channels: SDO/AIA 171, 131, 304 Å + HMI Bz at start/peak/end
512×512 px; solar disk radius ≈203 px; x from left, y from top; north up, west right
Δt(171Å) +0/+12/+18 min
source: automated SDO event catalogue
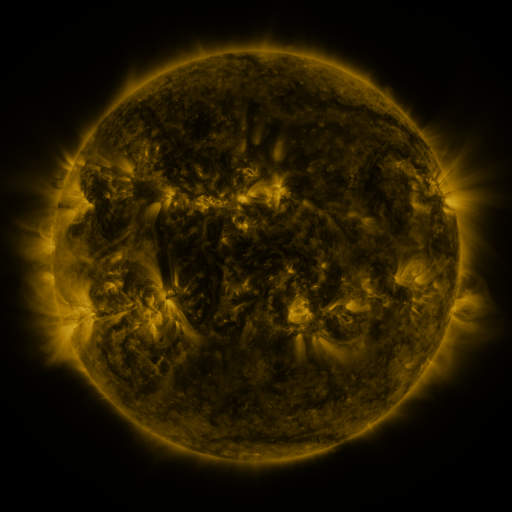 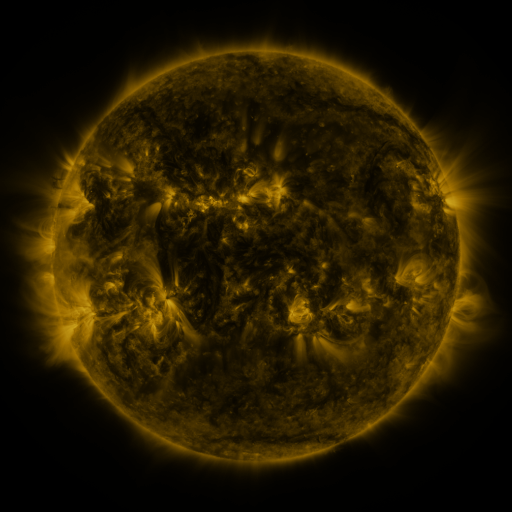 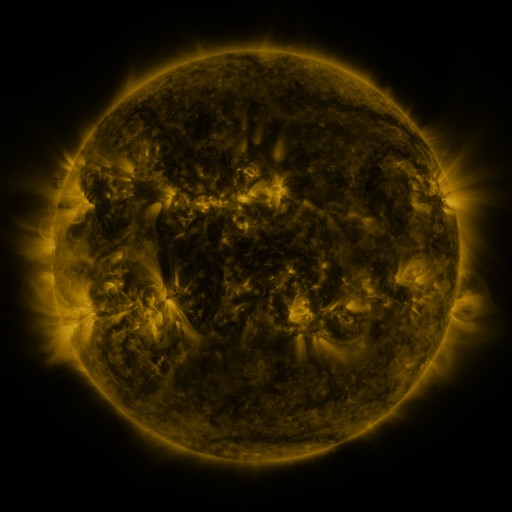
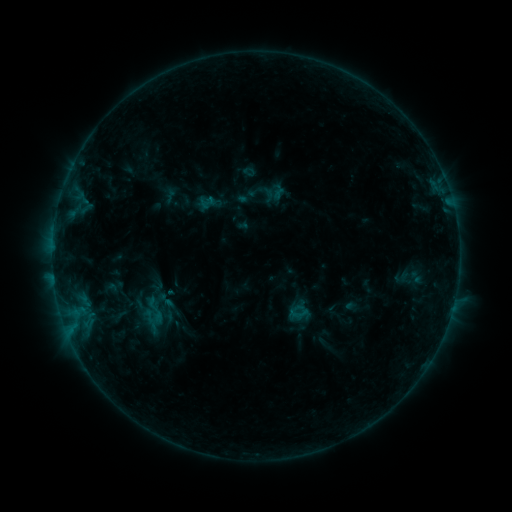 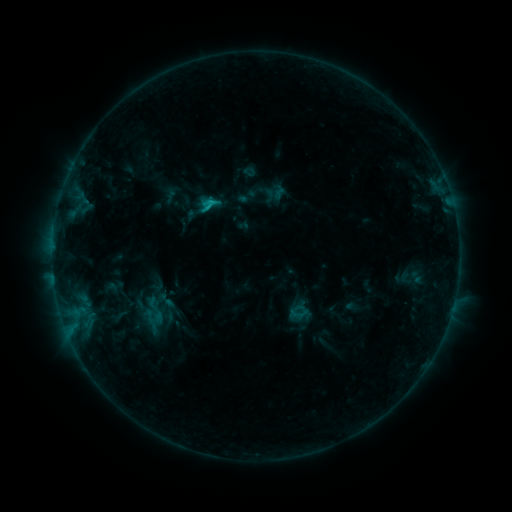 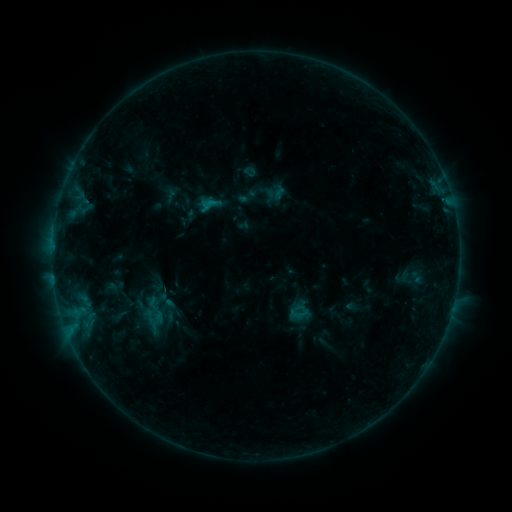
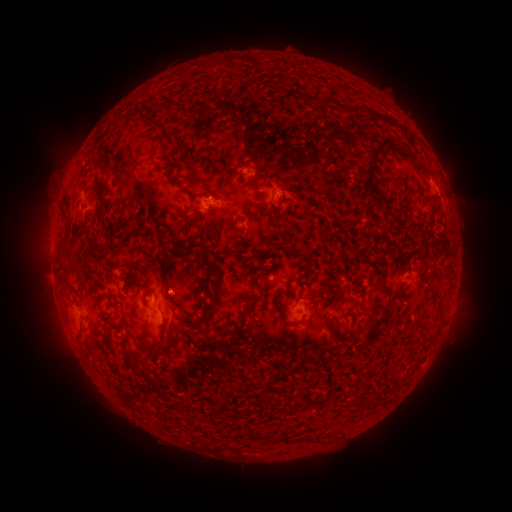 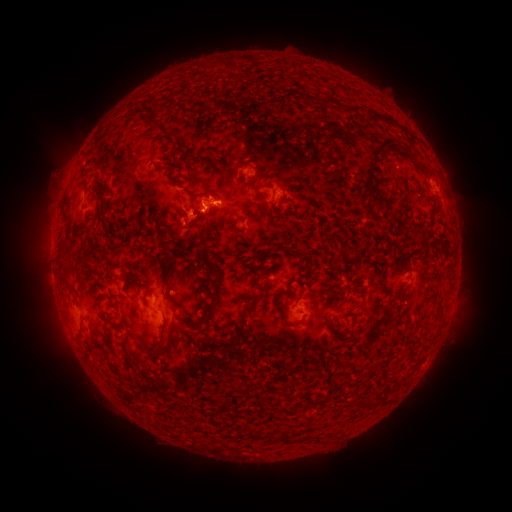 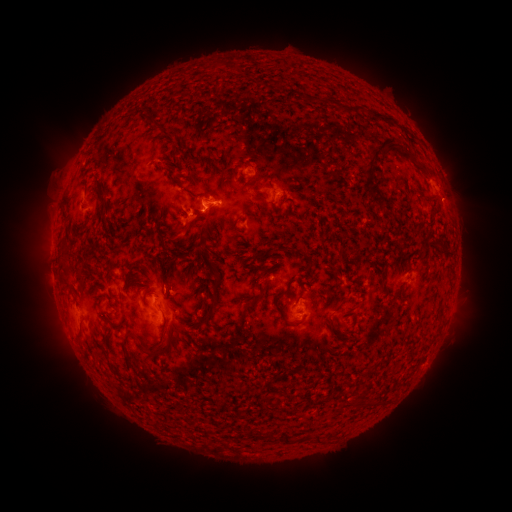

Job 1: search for B9.6 flare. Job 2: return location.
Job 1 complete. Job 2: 214,205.